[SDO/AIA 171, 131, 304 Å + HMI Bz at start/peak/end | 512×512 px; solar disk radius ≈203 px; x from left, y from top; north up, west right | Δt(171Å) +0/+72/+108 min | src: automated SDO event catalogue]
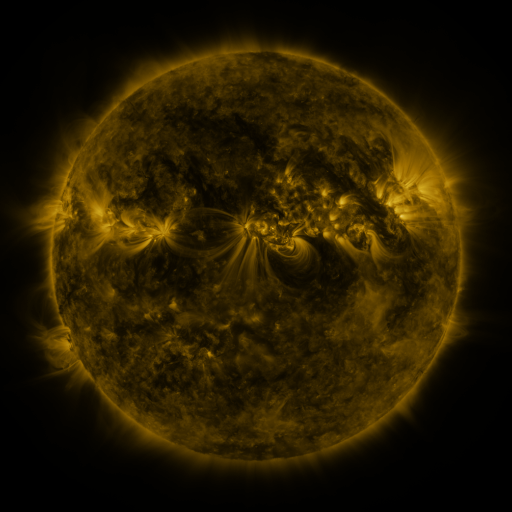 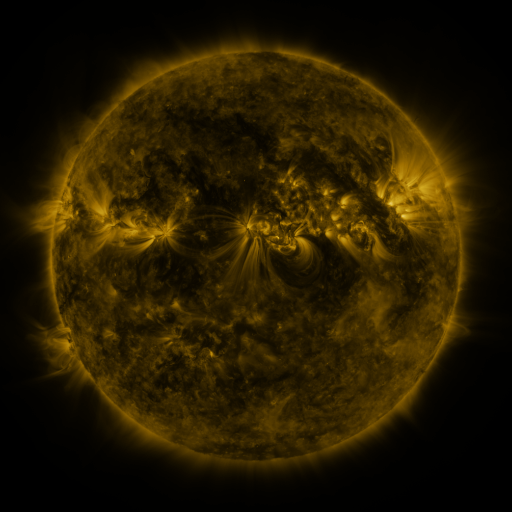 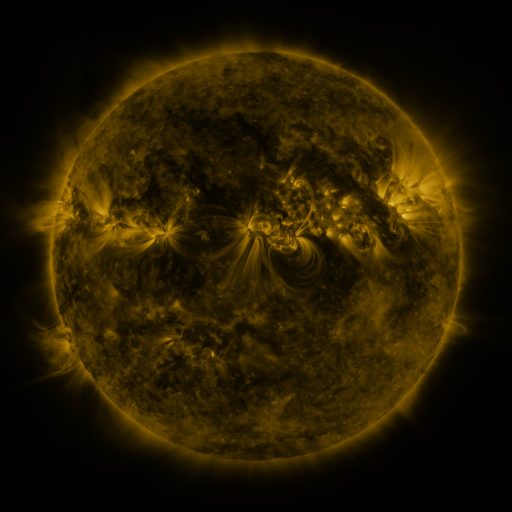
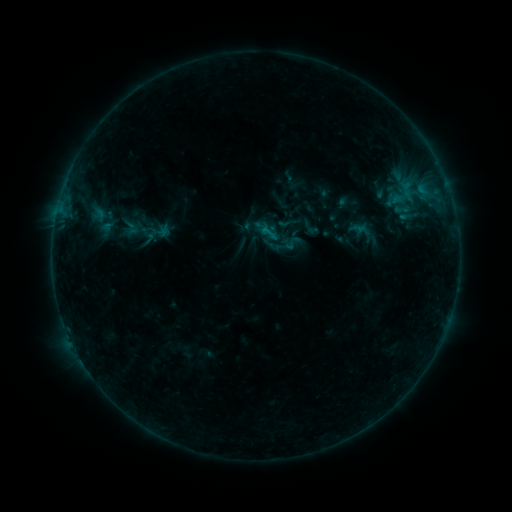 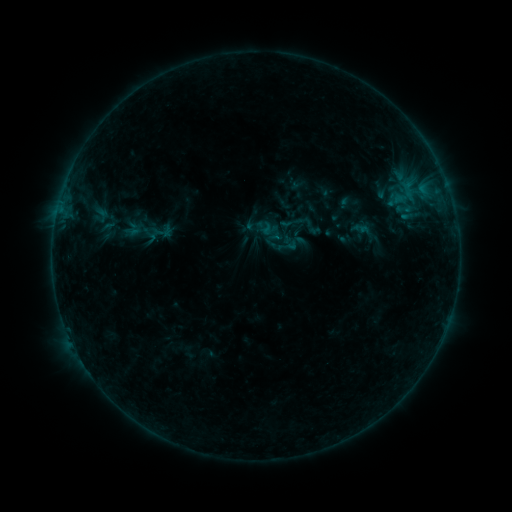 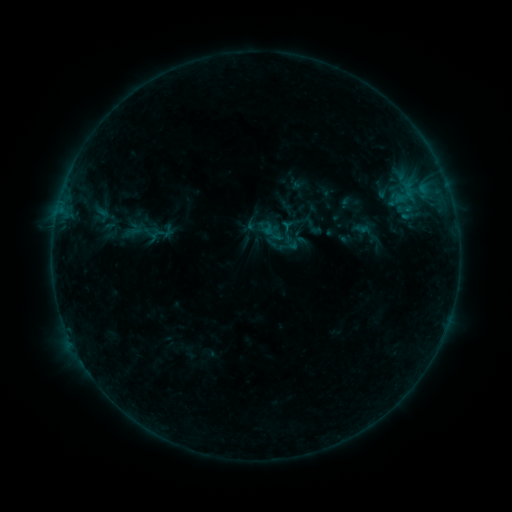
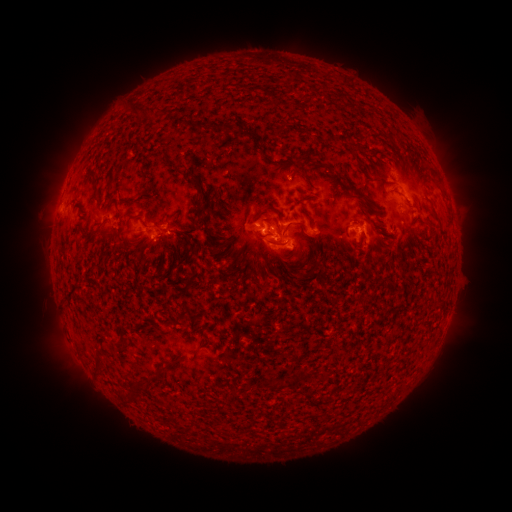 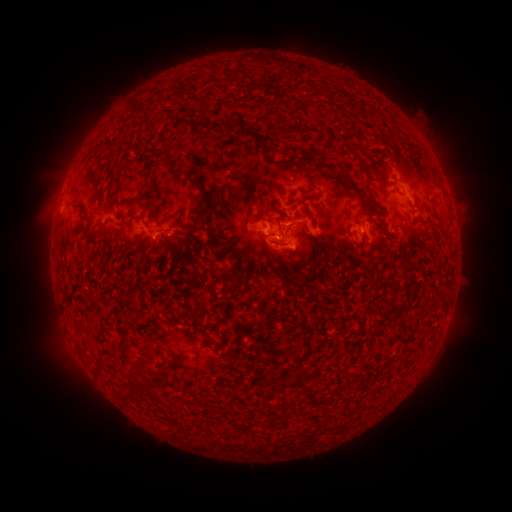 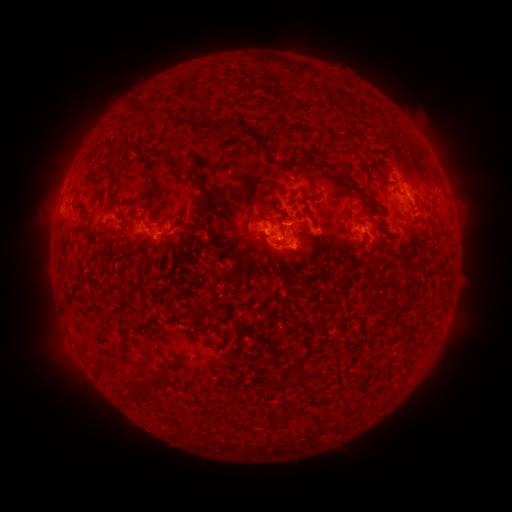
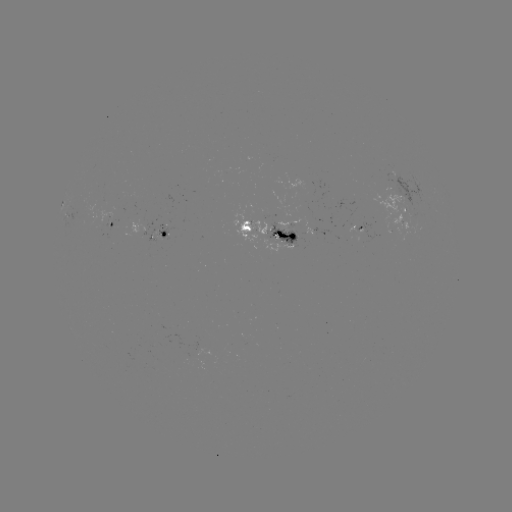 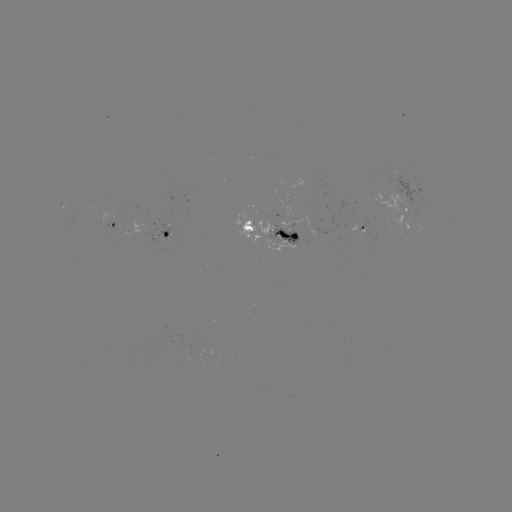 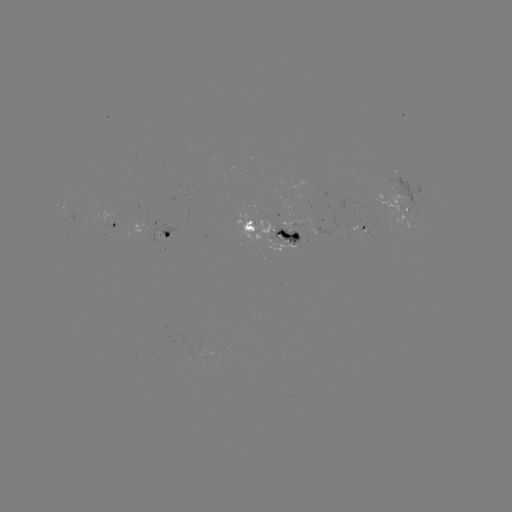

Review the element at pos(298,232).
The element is emerging-flux region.